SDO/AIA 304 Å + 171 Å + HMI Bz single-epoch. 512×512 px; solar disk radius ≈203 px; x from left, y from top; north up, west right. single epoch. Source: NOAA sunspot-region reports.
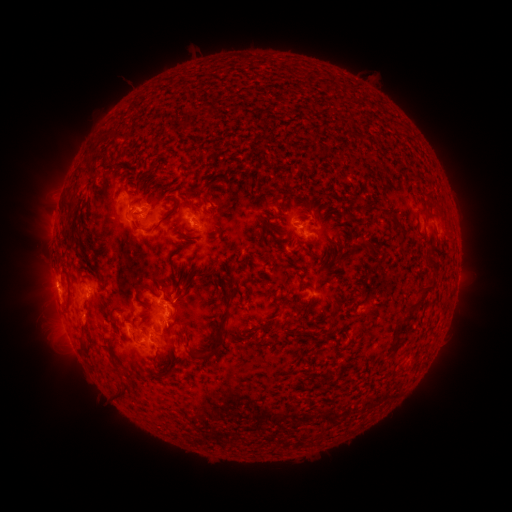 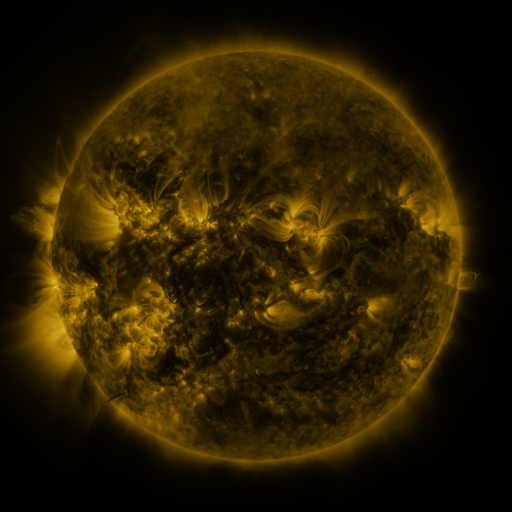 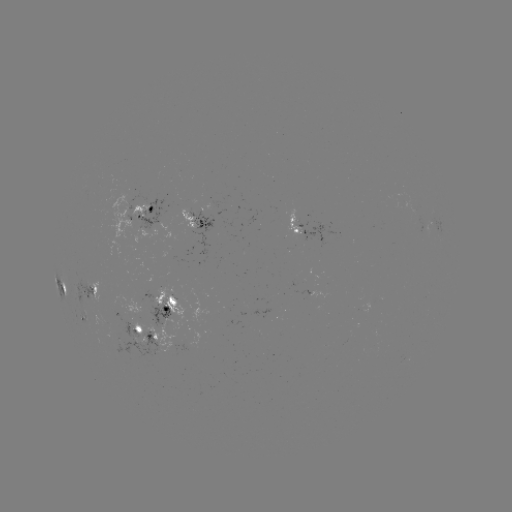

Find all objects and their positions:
spotted active region: (423, 212)
spotted active region: (145, 215)
spotted active region: (197, 223)
spotted active region: (439, 225)
spotted active region: (304, 231)
spotted active region: (298, 284)
spotted active region: (62, 287)
spotted active region: (95, 294)
spotted active region: (171, 308)
spotted active region: (148, 334)
